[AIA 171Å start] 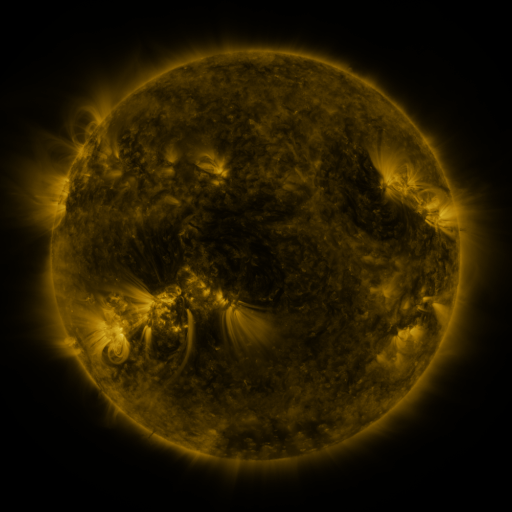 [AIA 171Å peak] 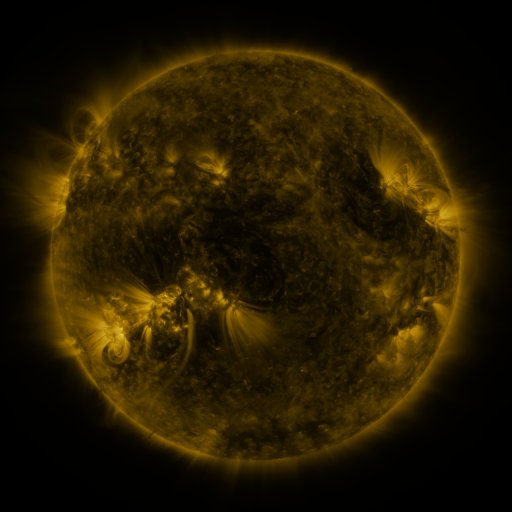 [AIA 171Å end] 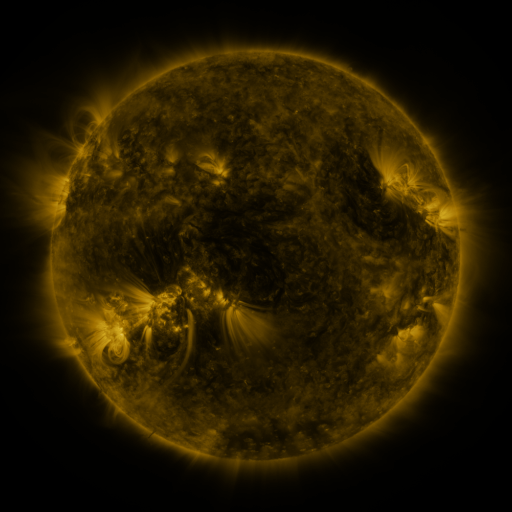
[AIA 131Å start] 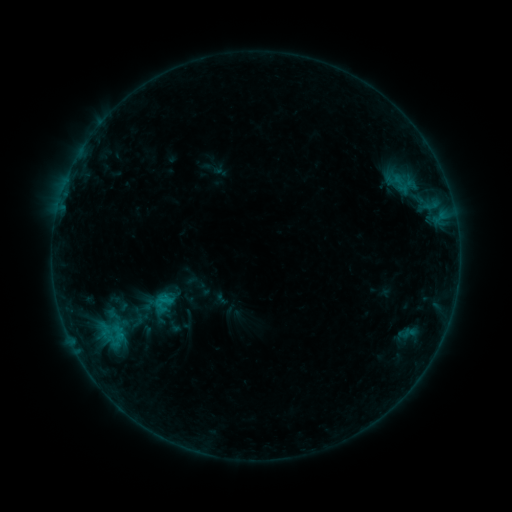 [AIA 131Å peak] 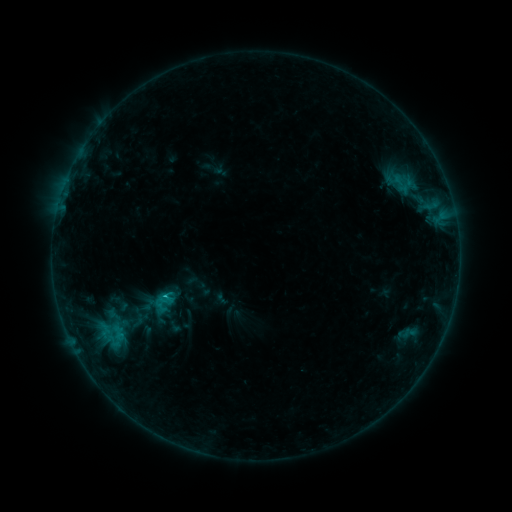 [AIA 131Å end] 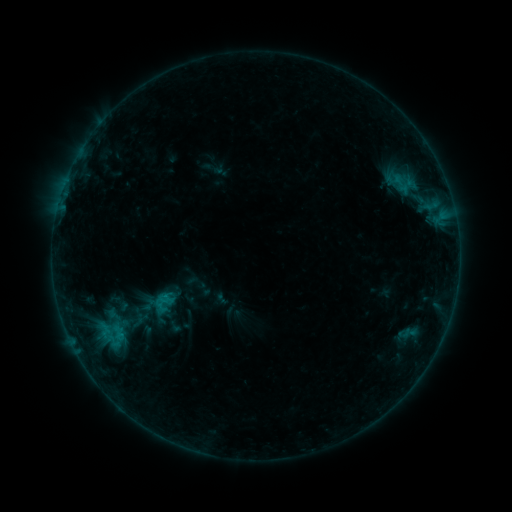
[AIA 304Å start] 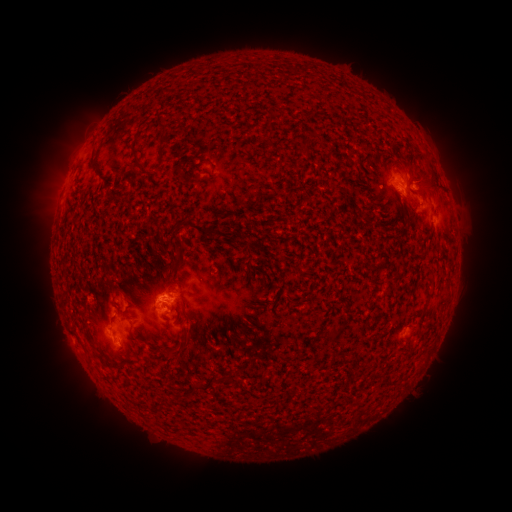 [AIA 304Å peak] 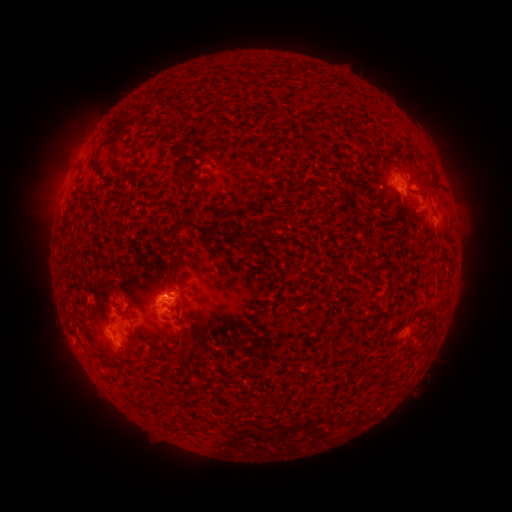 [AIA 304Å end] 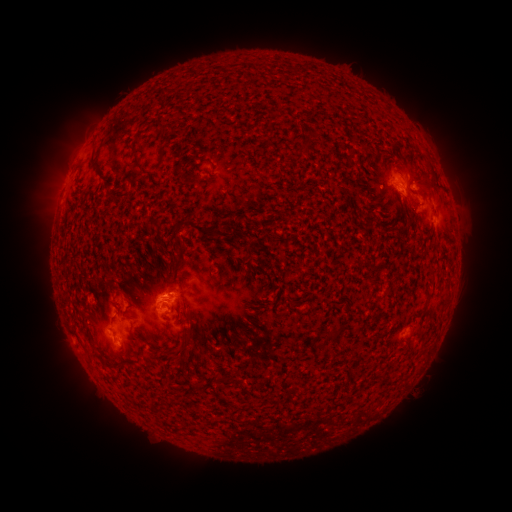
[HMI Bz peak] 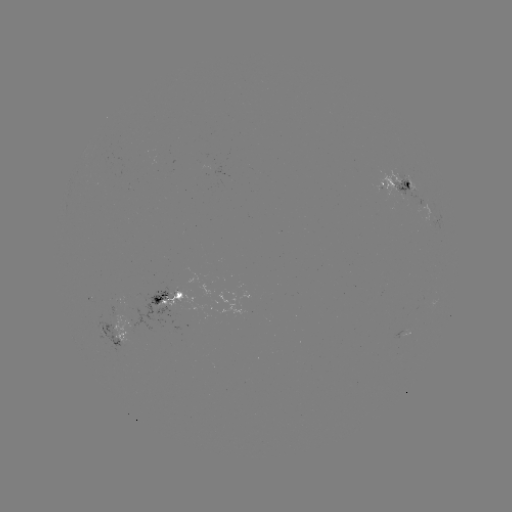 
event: flare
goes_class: B8.6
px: (166, 293)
